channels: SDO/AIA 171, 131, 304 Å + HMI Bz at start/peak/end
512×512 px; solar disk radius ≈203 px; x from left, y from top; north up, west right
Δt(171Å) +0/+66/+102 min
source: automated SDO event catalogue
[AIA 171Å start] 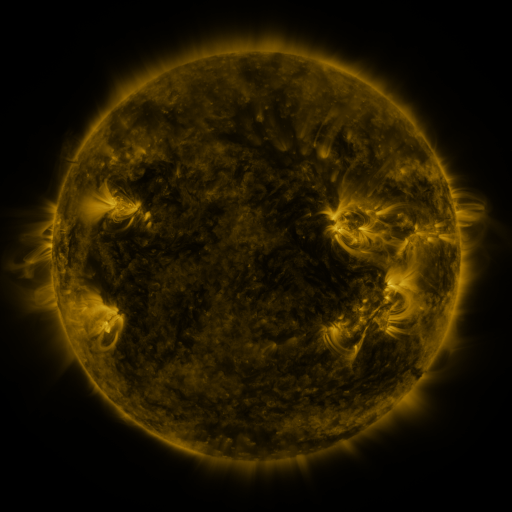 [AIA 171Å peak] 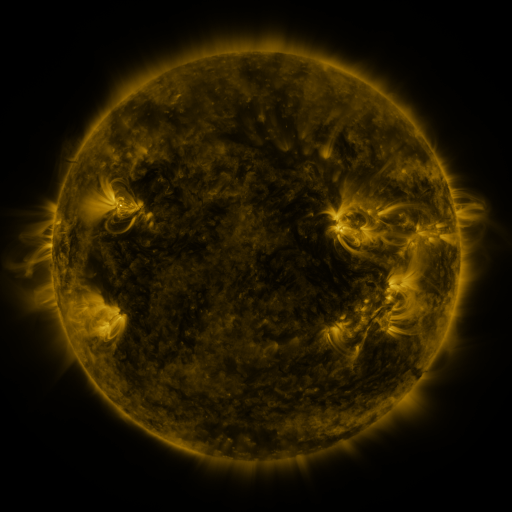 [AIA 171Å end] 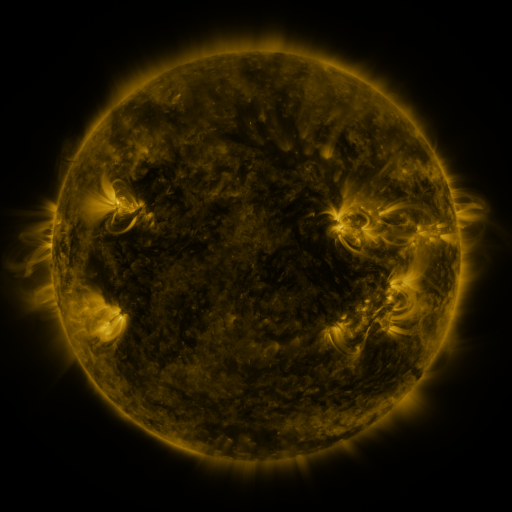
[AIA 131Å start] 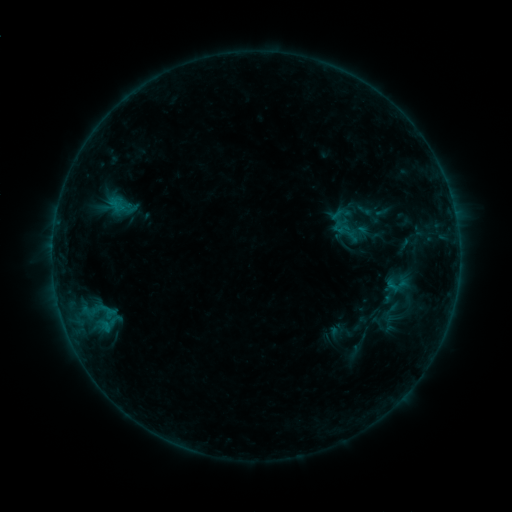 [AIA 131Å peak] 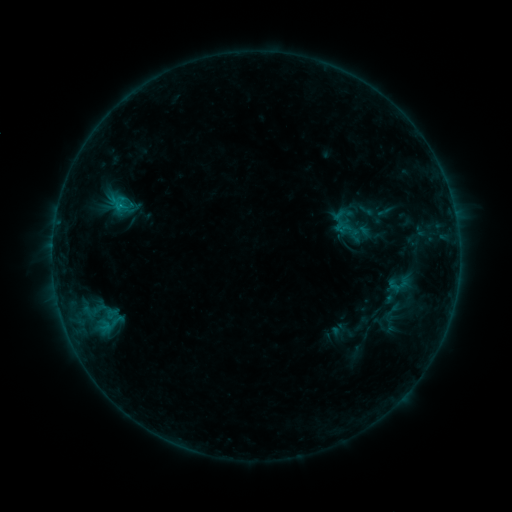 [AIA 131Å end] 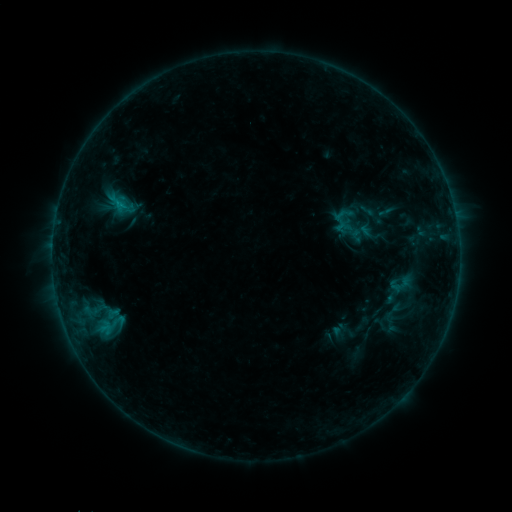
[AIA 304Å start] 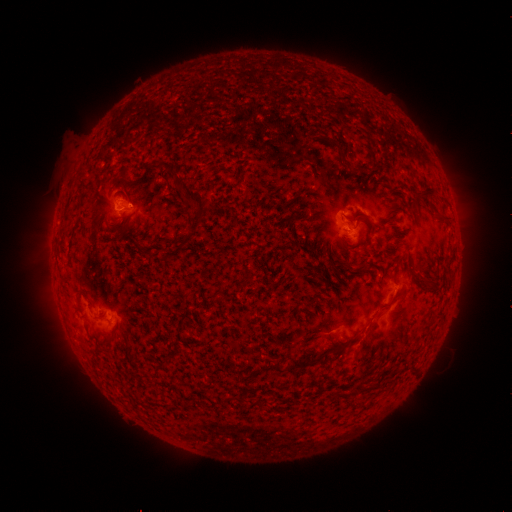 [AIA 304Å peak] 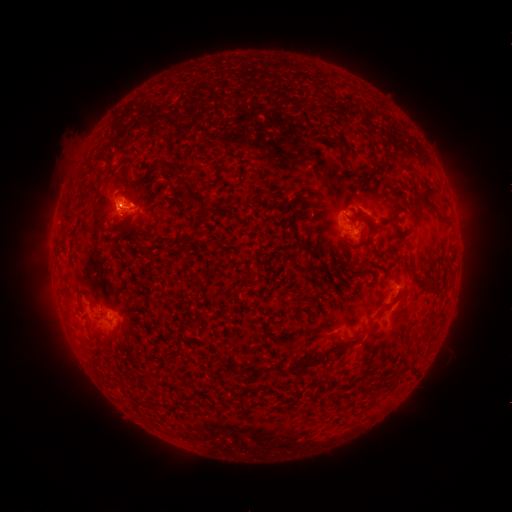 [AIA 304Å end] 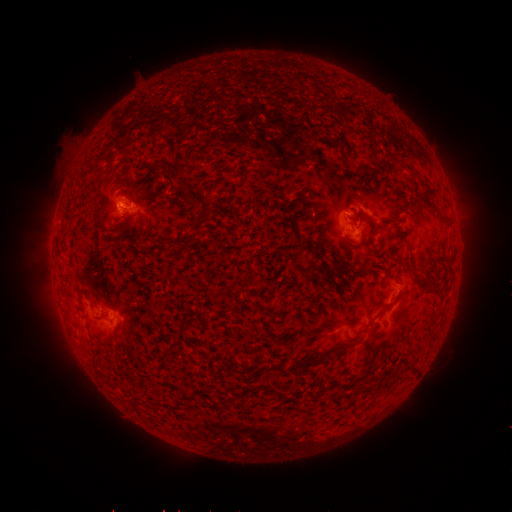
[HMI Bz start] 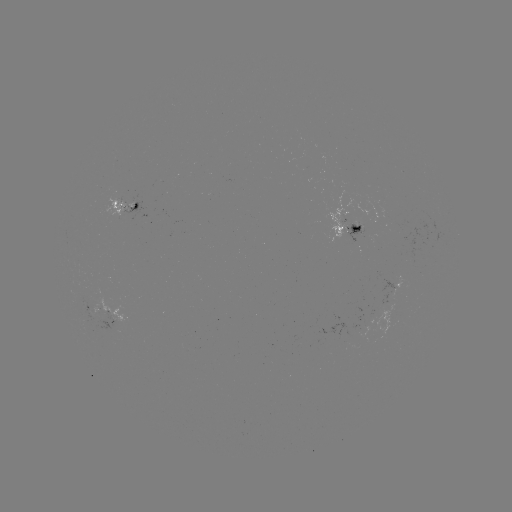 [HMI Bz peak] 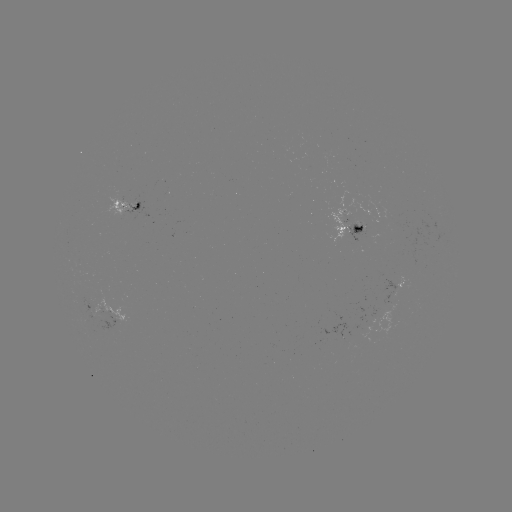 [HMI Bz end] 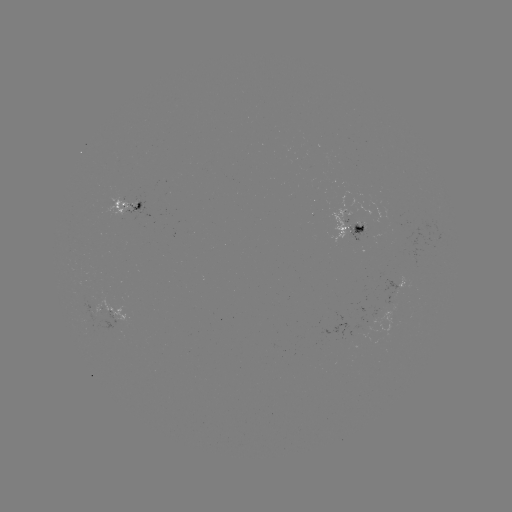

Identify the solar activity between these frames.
B7.4 flare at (121, 209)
